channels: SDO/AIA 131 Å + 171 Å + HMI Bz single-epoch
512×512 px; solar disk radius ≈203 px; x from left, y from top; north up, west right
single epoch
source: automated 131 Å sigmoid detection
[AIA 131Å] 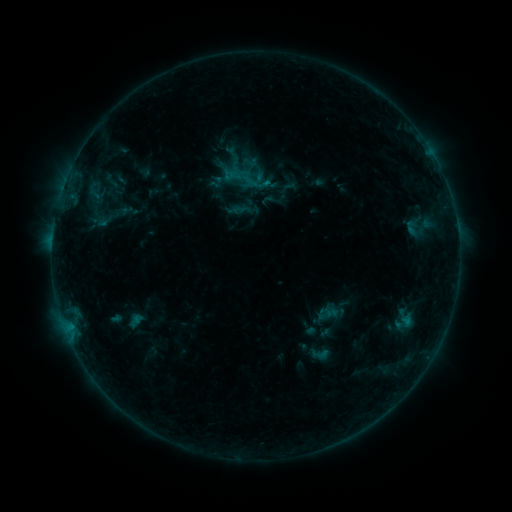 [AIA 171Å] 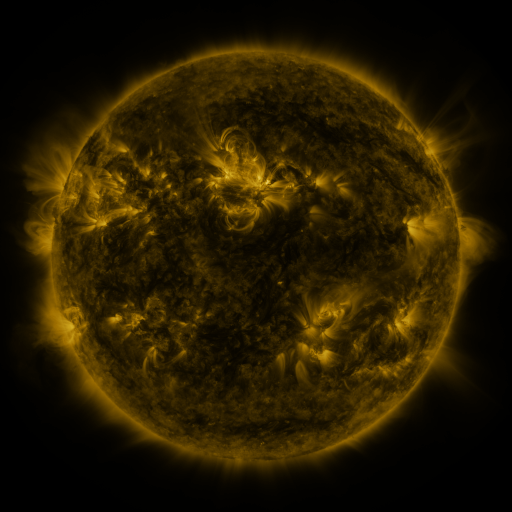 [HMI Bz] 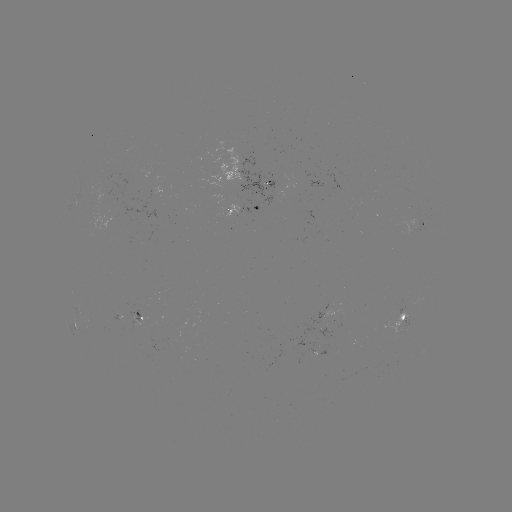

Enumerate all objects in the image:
sigmoid: (320, 354)
